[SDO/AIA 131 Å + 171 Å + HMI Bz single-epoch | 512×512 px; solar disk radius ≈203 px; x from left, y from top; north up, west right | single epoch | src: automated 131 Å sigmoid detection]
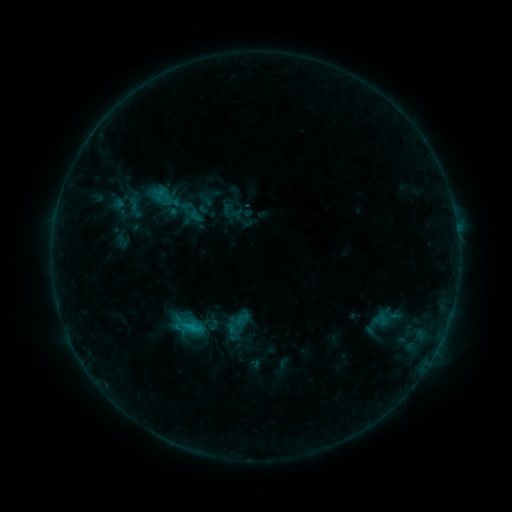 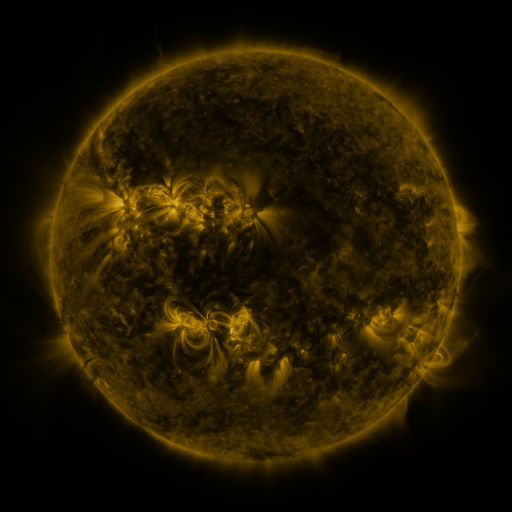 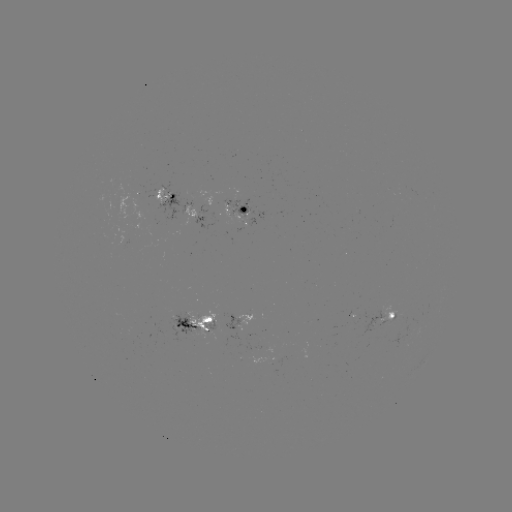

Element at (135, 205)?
sigmoid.